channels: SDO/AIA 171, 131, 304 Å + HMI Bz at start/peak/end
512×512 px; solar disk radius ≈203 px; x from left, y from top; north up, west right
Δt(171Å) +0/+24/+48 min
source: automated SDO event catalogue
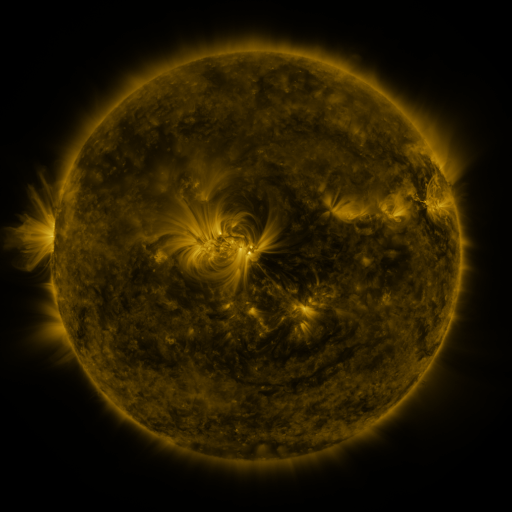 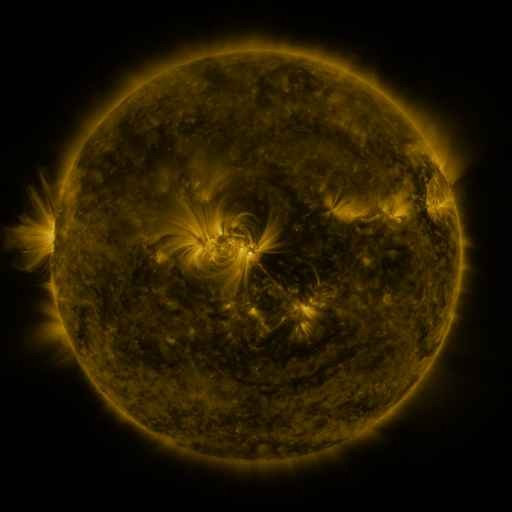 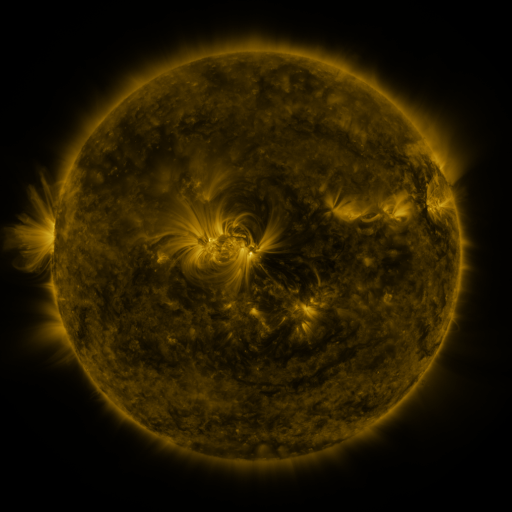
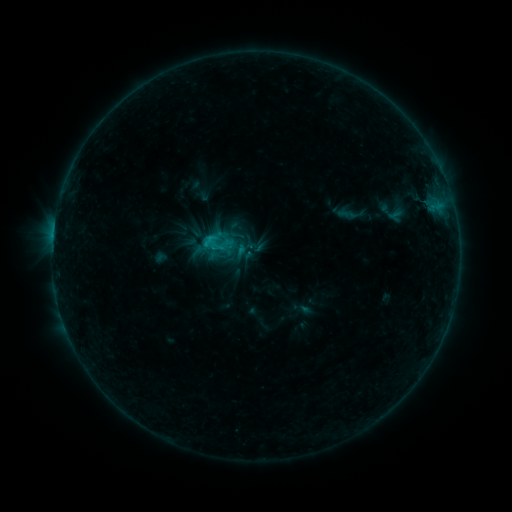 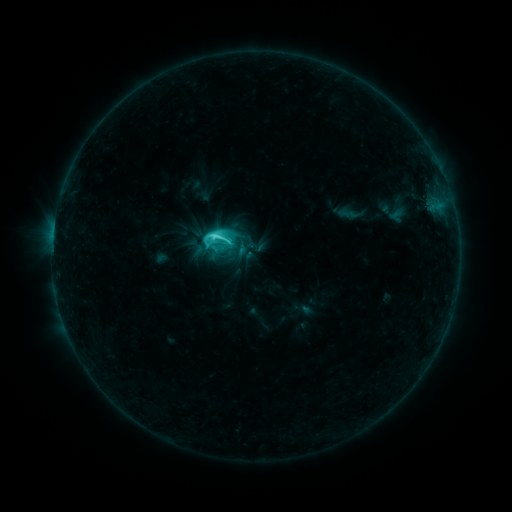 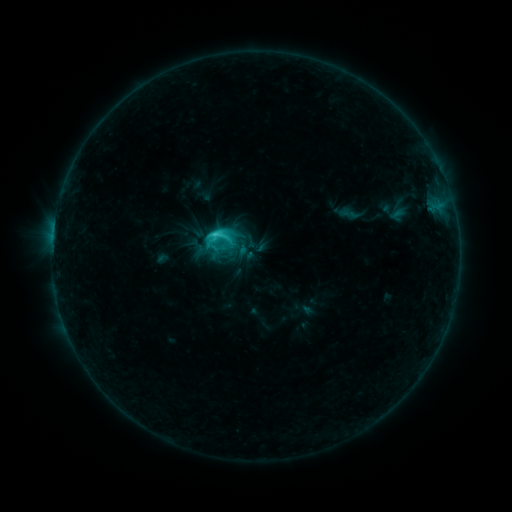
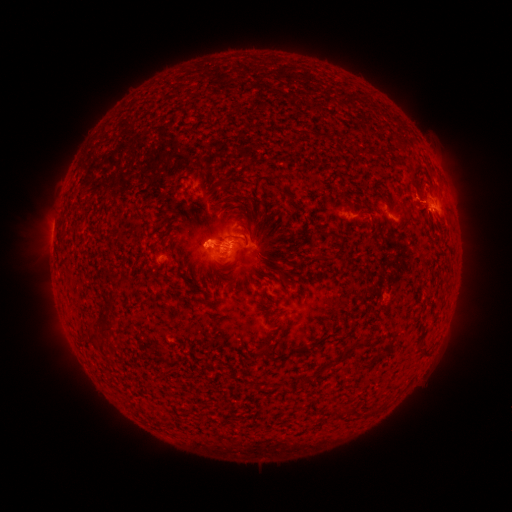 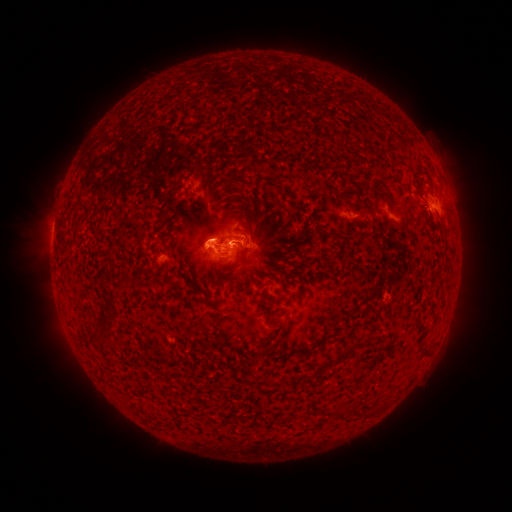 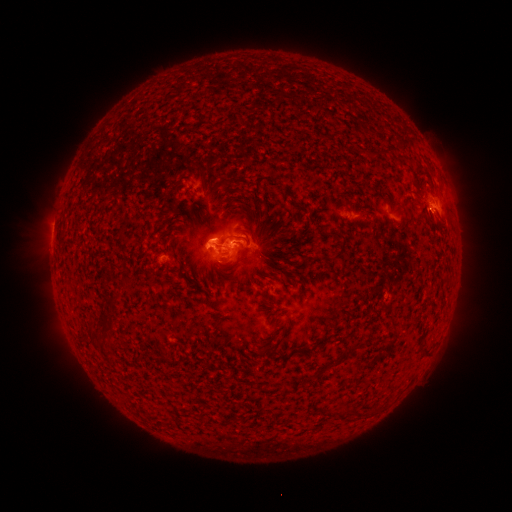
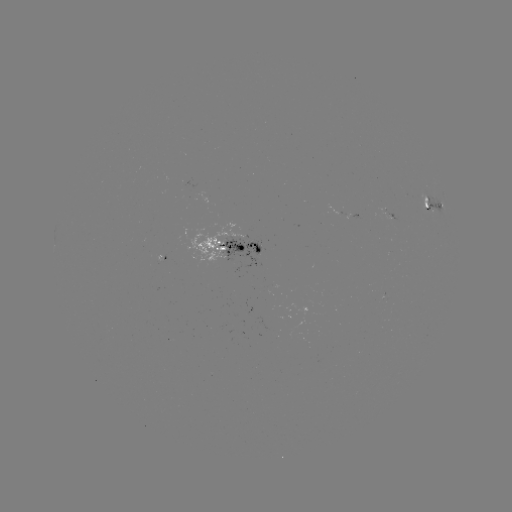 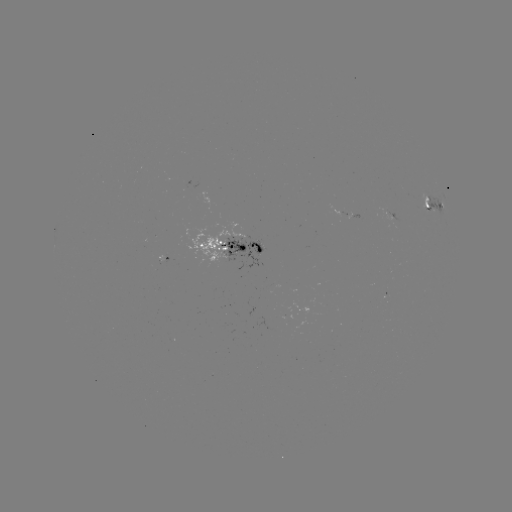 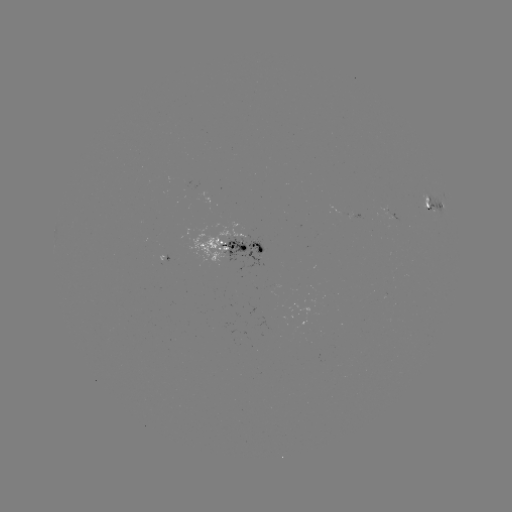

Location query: C5.5 flare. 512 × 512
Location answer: (217, 238).